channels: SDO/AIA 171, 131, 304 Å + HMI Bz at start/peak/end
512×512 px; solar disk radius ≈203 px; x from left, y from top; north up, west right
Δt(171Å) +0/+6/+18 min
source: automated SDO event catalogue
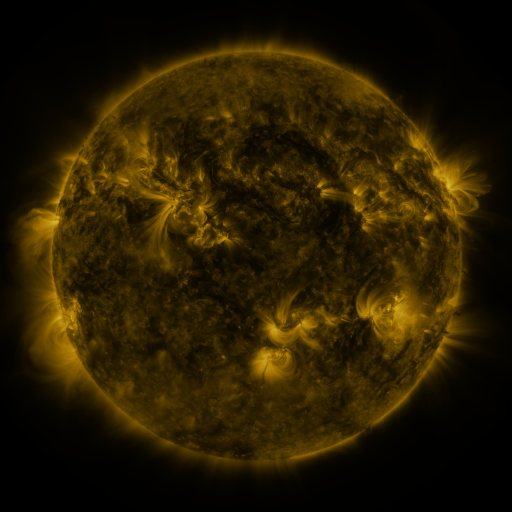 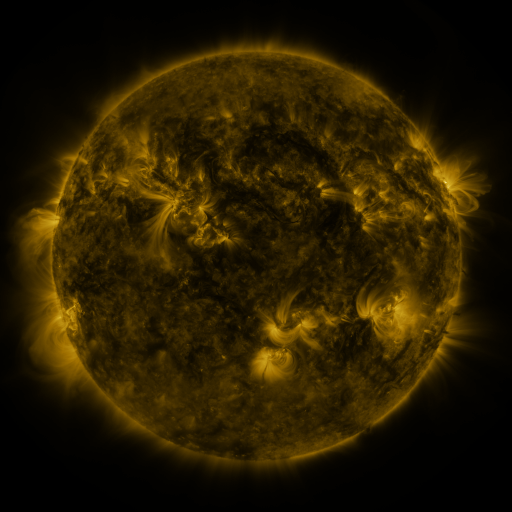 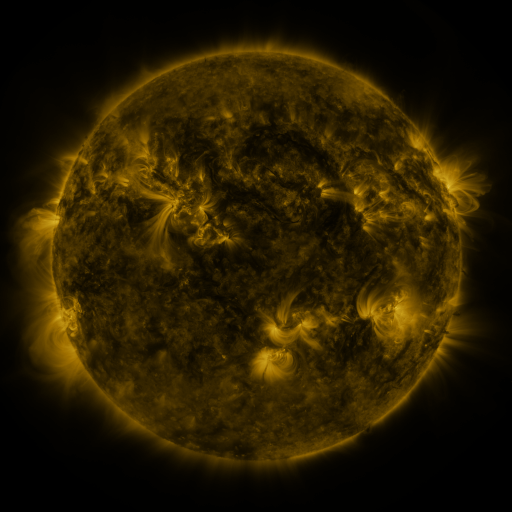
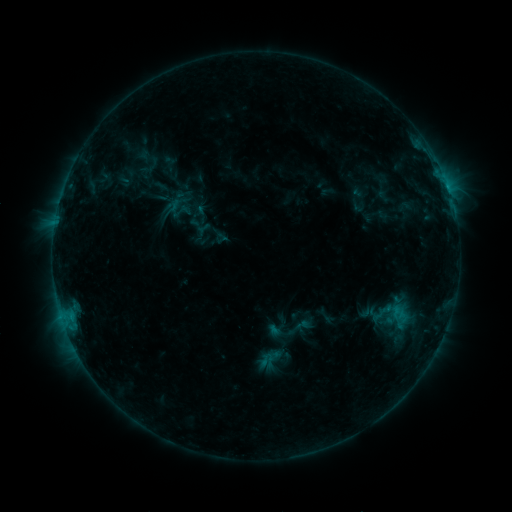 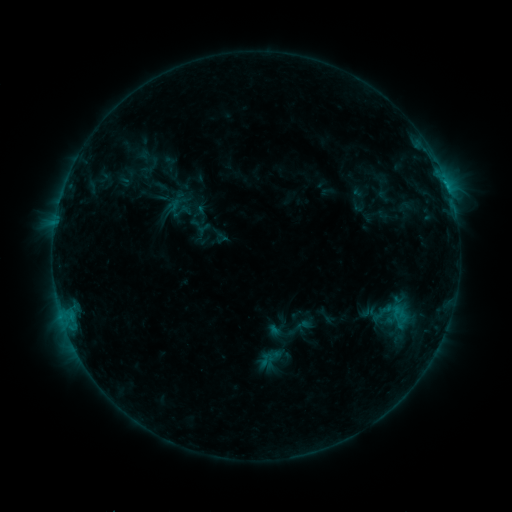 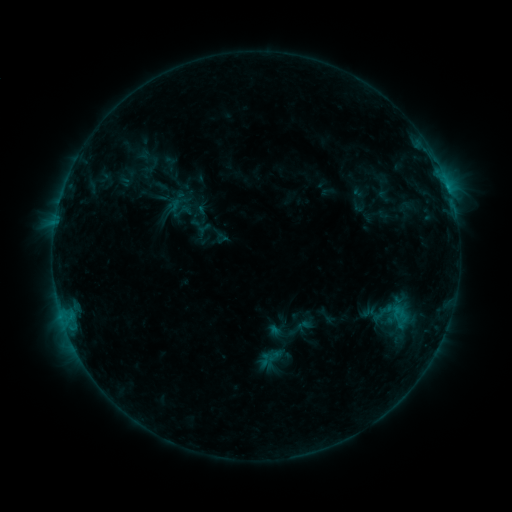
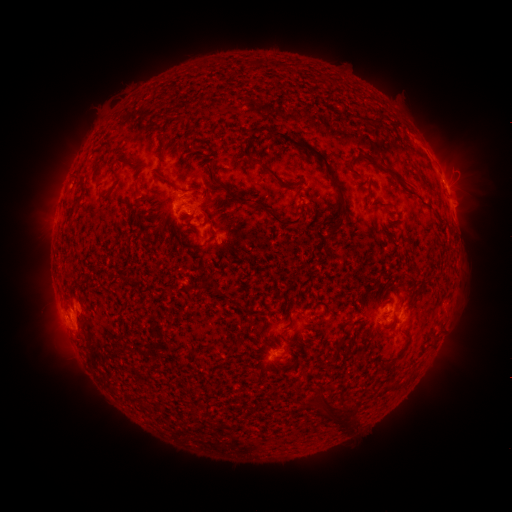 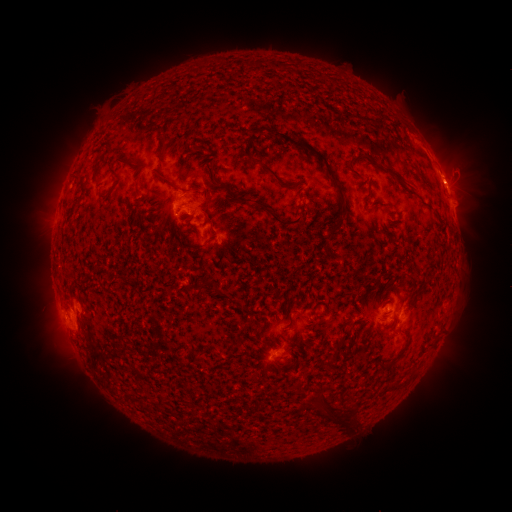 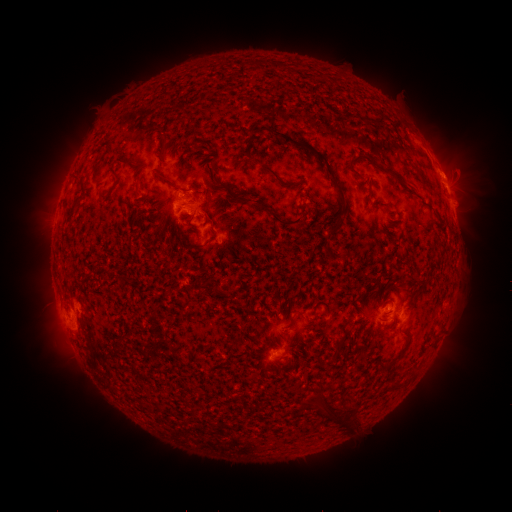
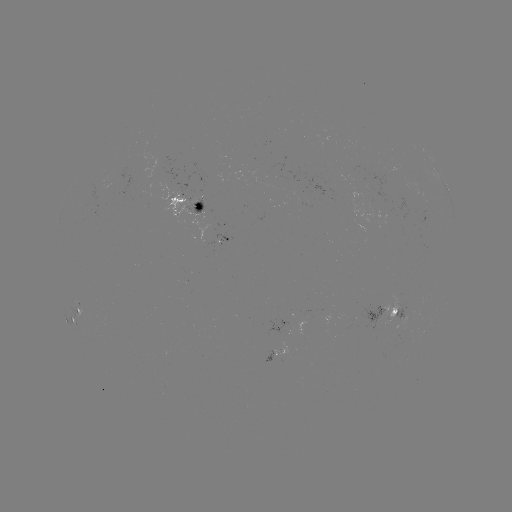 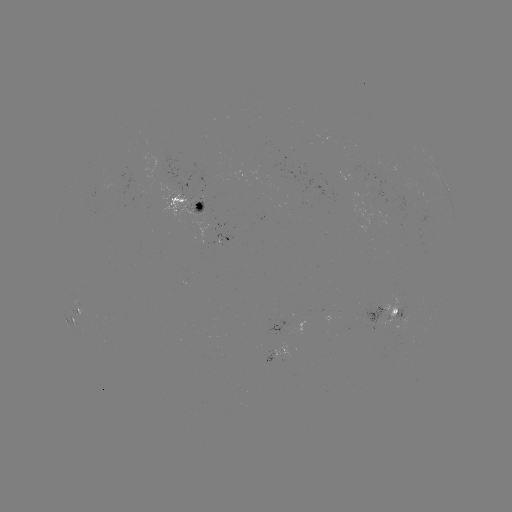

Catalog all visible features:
eruption: (448, 171)
